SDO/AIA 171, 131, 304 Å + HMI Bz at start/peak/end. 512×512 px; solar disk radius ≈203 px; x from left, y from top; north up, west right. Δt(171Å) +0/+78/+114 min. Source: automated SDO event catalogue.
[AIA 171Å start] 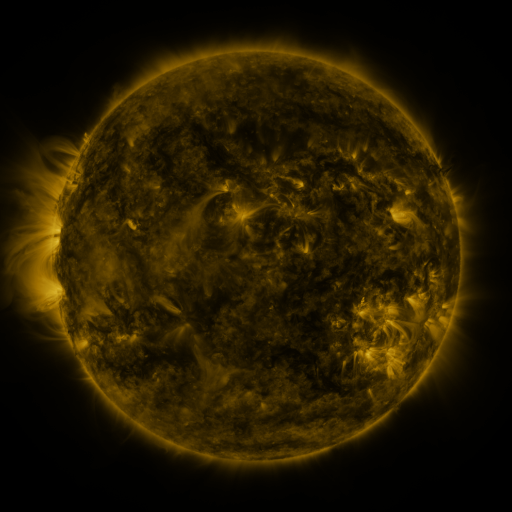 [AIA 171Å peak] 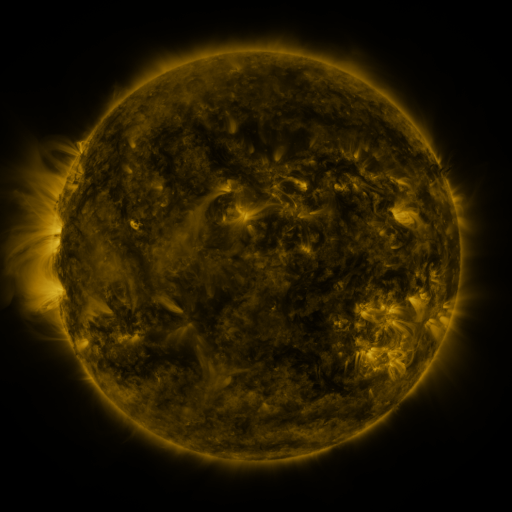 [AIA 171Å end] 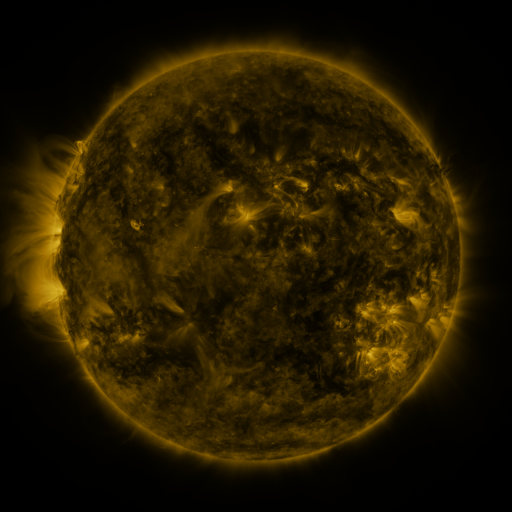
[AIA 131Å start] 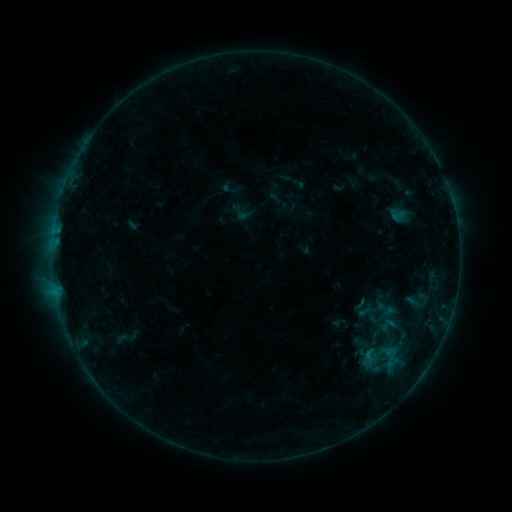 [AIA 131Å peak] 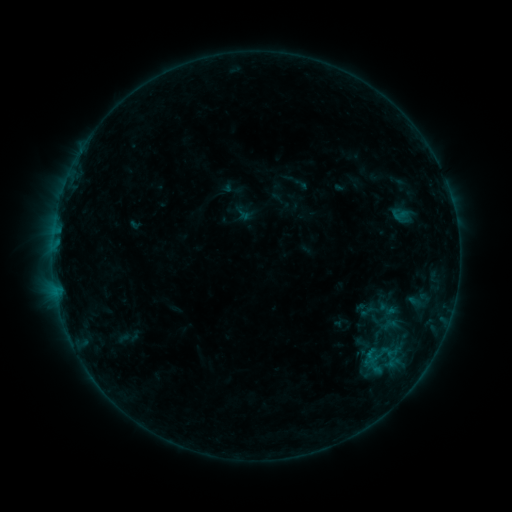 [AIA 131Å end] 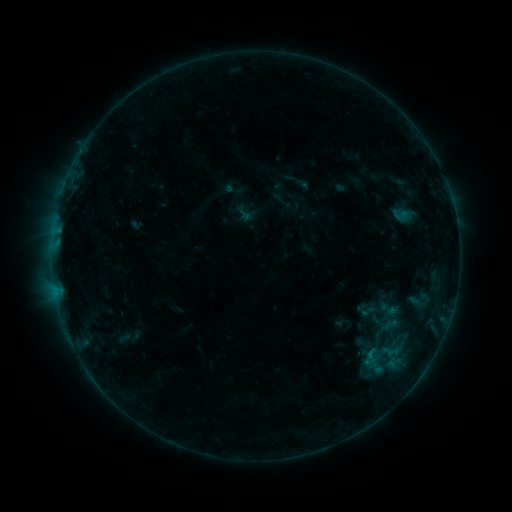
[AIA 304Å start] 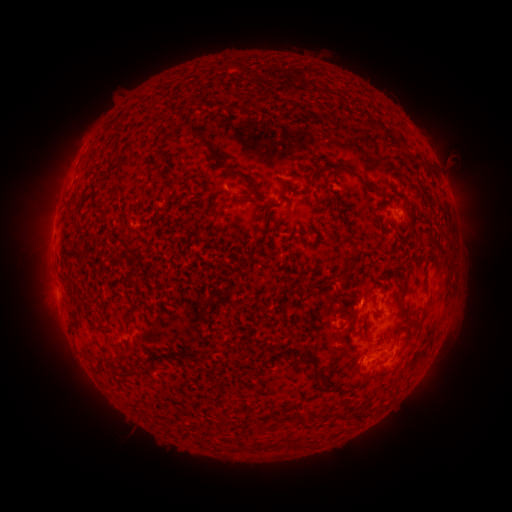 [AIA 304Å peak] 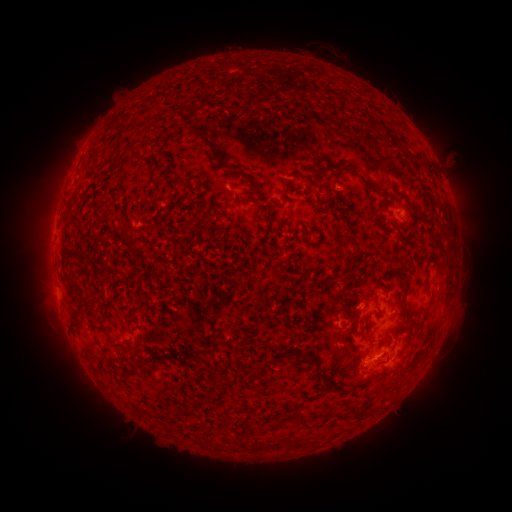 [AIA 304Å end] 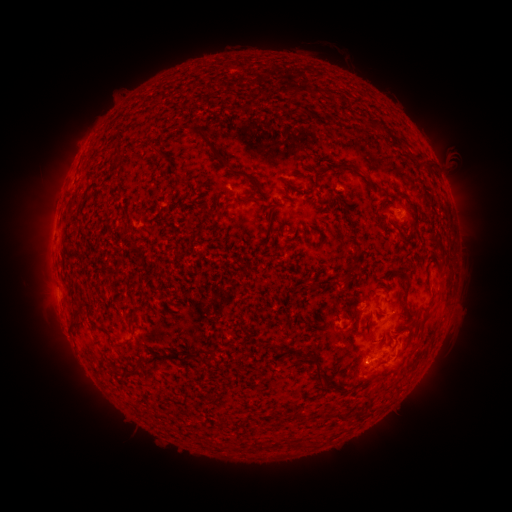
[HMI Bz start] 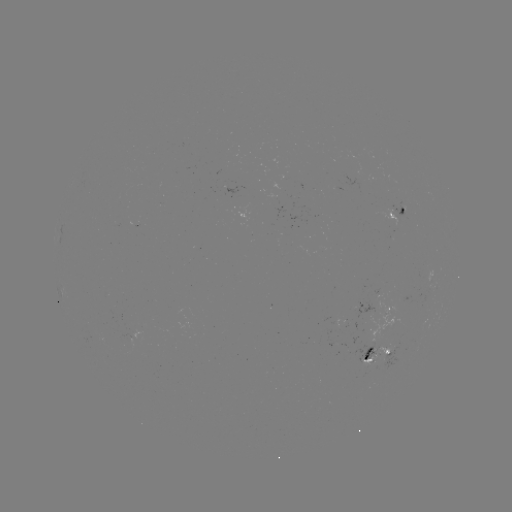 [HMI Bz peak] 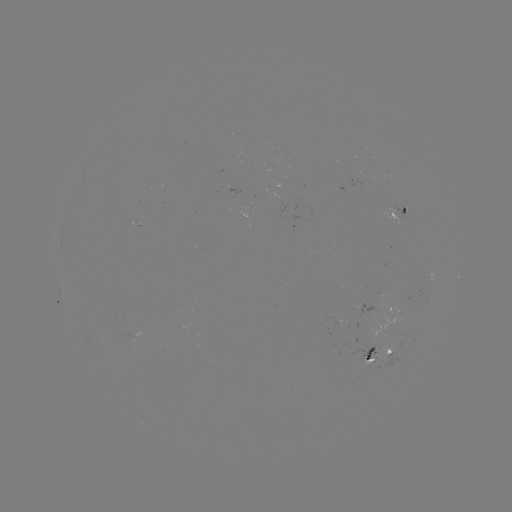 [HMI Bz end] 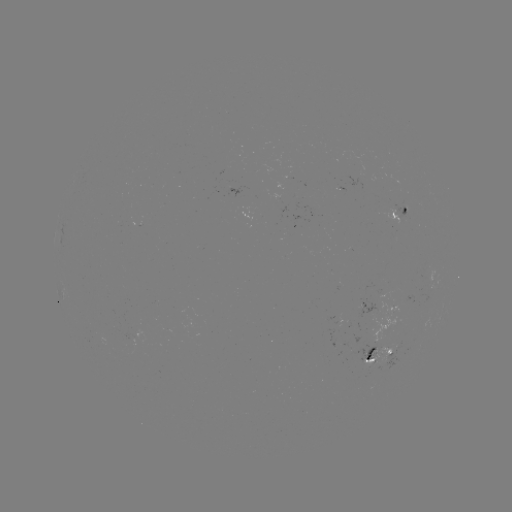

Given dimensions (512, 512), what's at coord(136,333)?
emerging-flux region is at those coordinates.